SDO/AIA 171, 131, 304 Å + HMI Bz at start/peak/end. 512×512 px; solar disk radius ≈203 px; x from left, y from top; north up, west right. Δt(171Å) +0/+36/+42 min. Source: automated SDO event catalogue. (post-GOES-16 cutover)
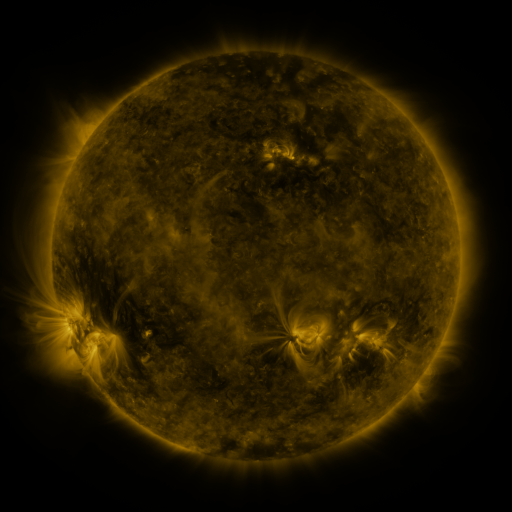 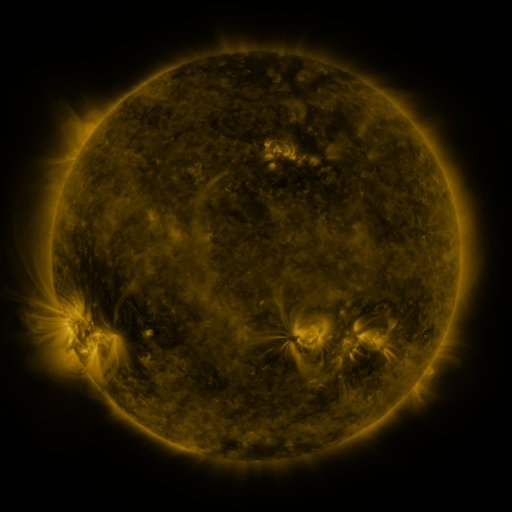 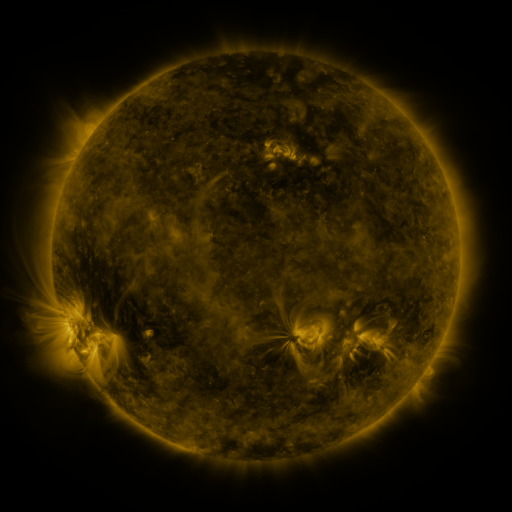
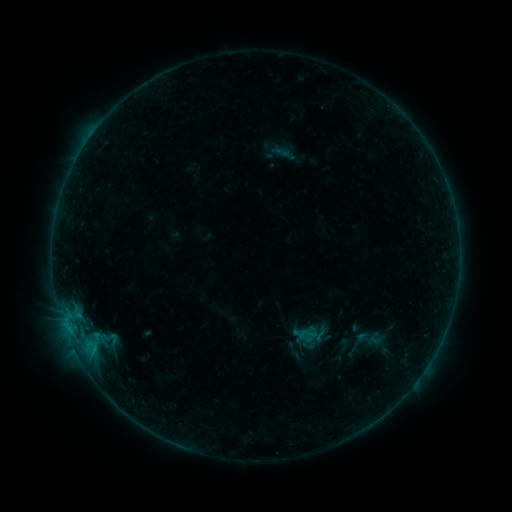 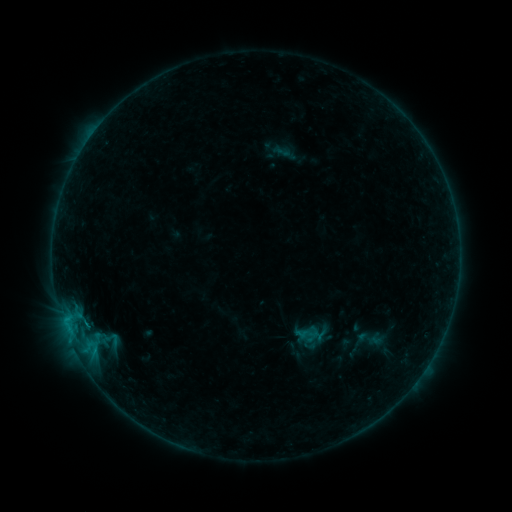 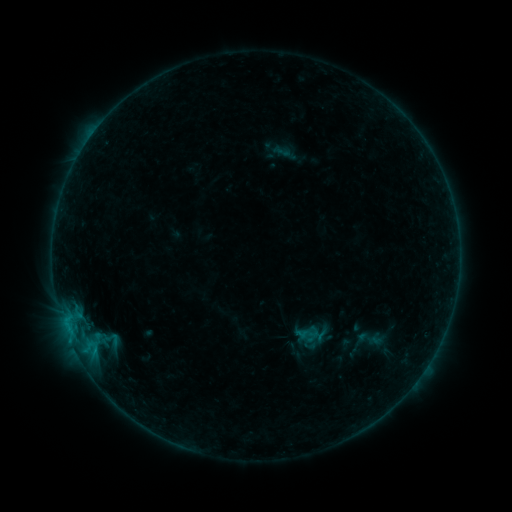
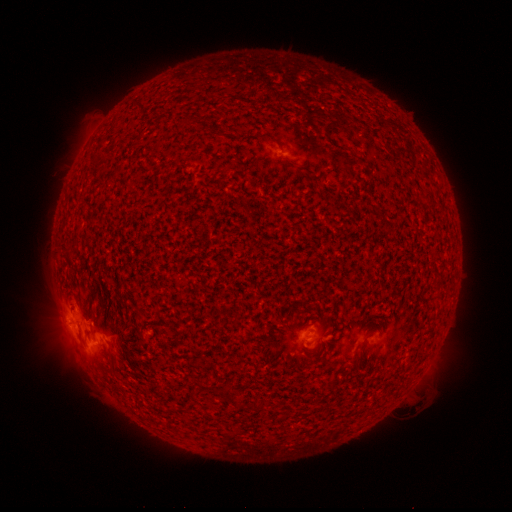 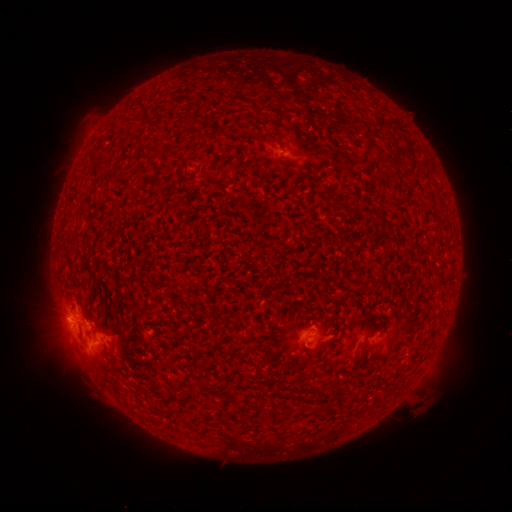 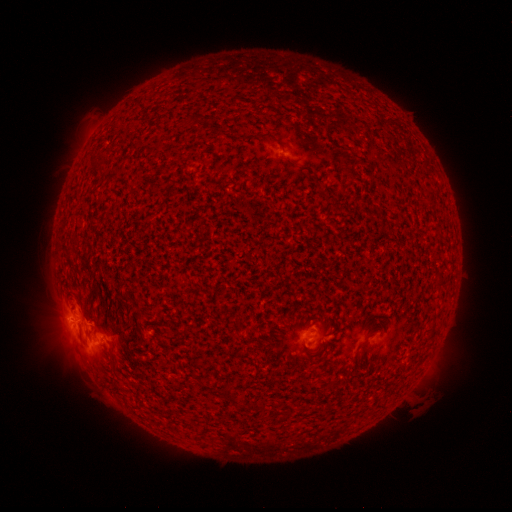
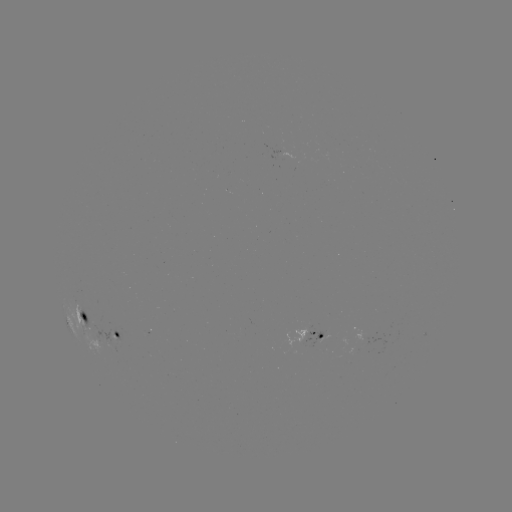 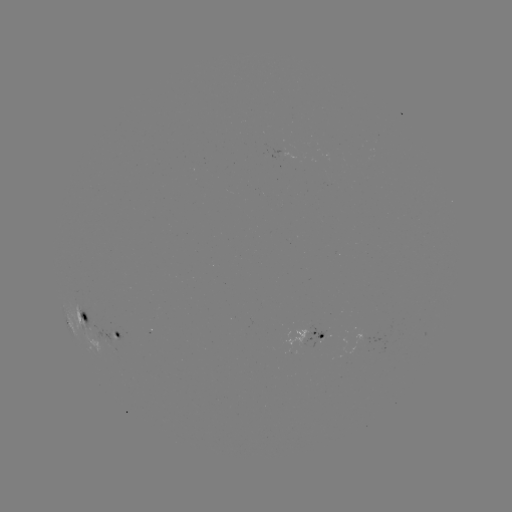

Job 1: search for B8.6 flare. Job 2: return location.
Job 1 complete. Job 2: (69, 316).